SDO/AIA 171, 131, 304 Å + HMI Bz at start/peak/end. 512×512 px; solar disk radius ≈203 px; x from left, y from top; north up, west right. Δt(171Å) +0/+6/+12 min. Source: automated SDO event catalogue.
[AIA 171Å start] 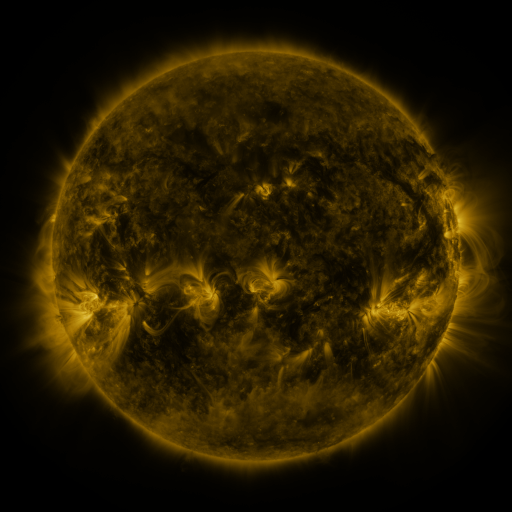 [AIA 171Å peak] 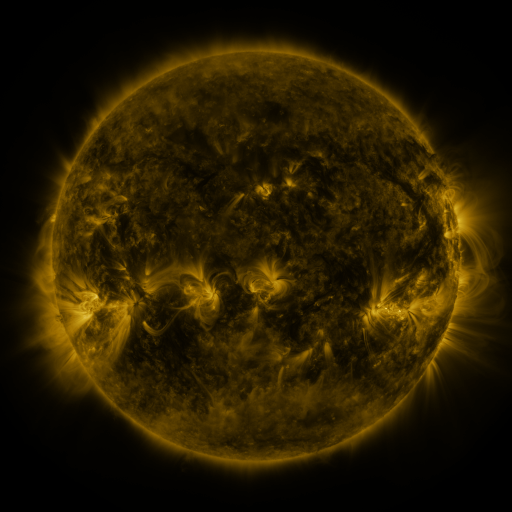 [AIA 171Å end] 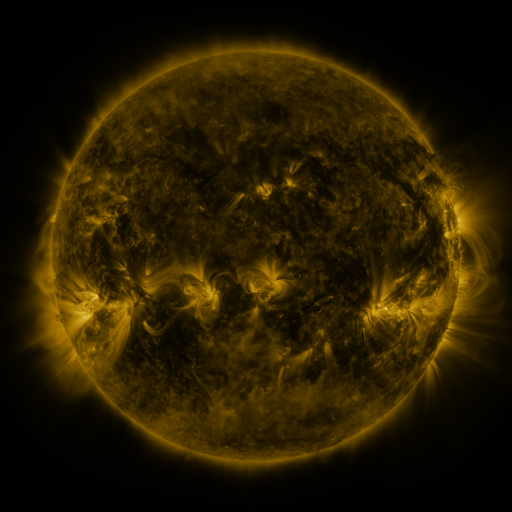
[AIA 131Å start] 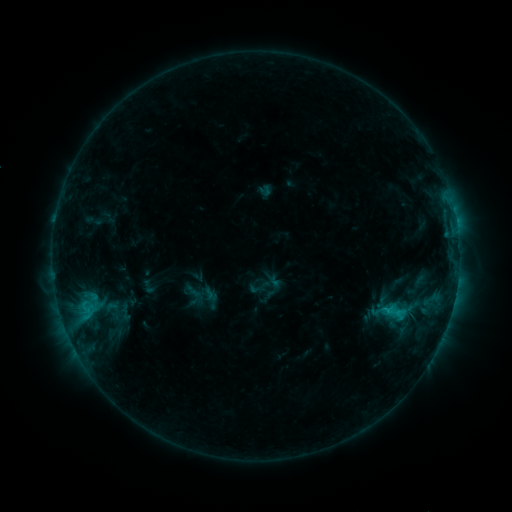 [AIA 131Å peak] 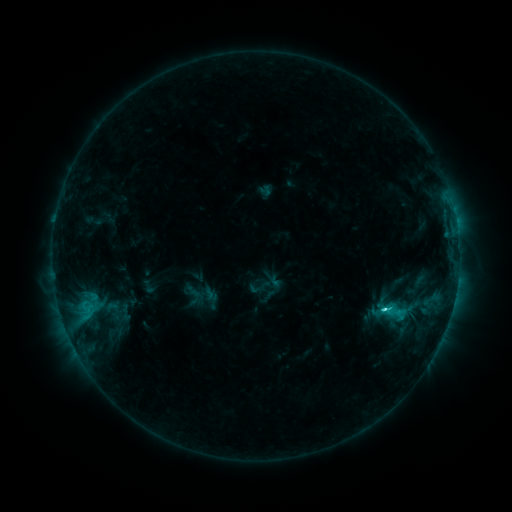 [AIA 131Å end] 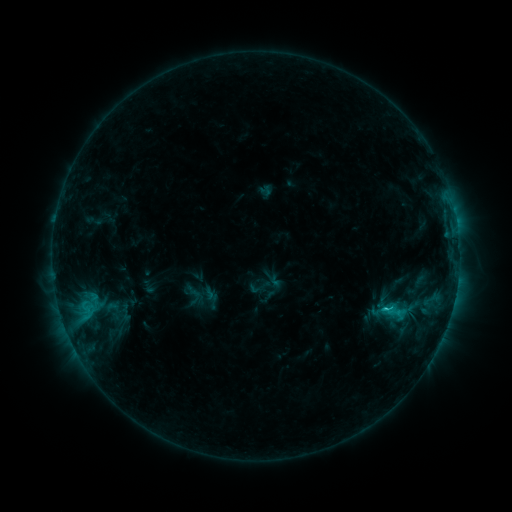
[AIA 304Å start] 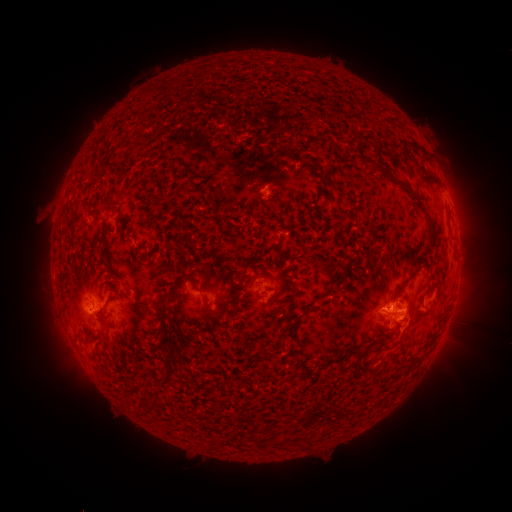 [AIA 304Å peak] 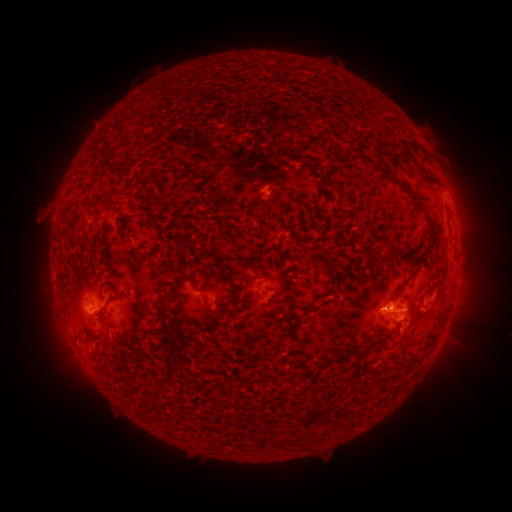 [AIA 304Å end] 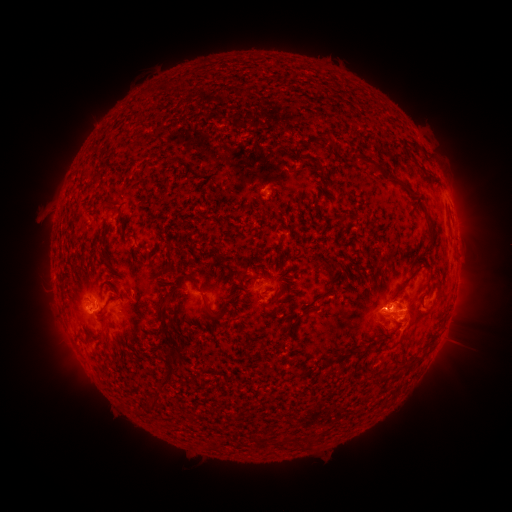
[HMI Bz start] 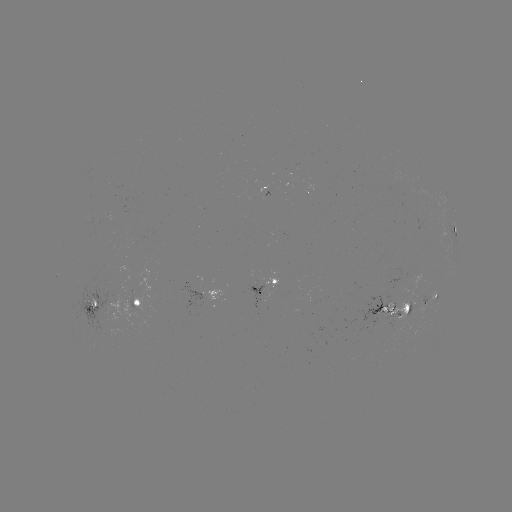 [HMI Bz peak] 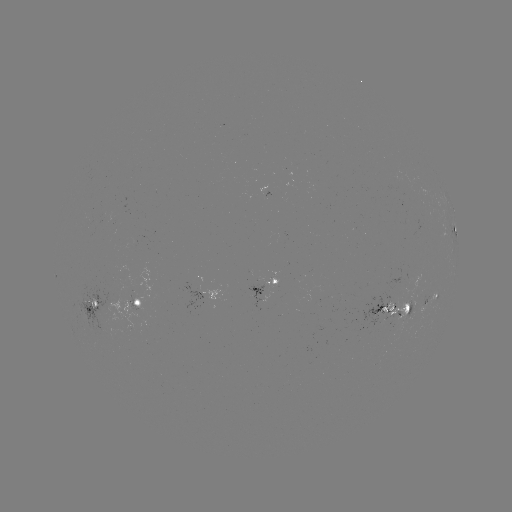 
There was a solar flare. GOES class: C2.1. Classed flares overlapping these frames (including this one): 1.